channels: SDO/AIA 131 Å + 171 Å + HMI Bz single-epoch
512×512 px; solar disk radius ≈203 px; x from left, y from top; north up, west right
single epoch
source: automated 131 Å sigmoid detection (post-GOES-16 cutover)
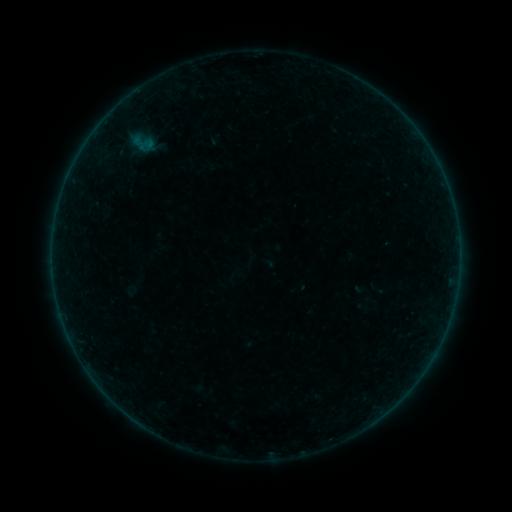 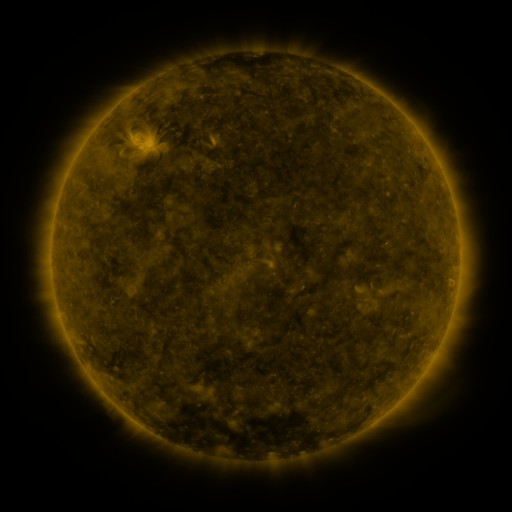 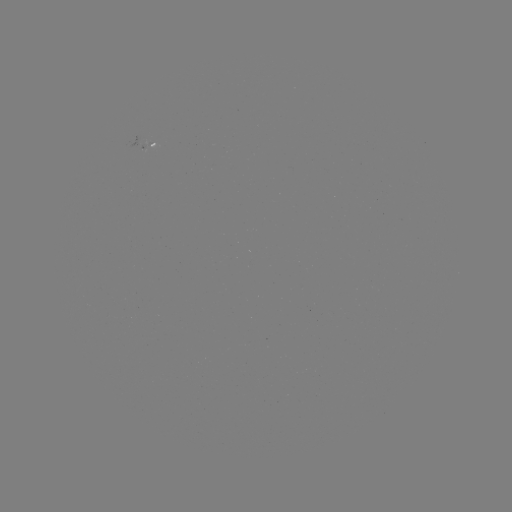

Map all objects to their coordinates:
sigmoid: (143, 143)
